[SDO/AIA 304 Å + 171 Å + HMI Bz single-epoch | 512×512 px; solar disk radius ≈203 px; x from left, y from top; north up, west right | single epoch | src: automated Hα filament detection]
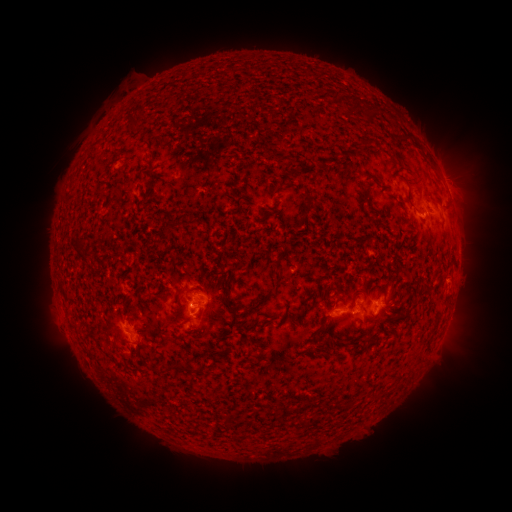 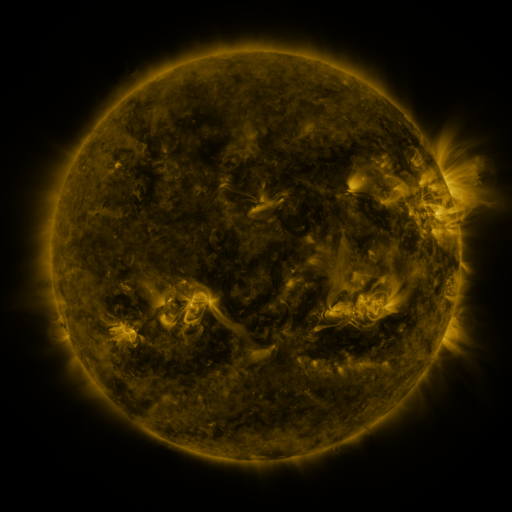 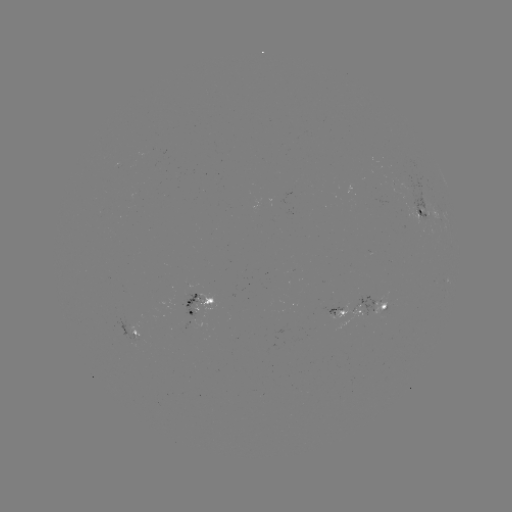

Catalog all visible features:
filament: (307, 203)
filament: (167, 231)
filament: (427, 289)
filament: (227, 298)
filament: (209, 301)
filament: (262, 302)
filament: (200, 315)
filament: (363, 323)
filament: (338, 344)
filament: (175, 366)
